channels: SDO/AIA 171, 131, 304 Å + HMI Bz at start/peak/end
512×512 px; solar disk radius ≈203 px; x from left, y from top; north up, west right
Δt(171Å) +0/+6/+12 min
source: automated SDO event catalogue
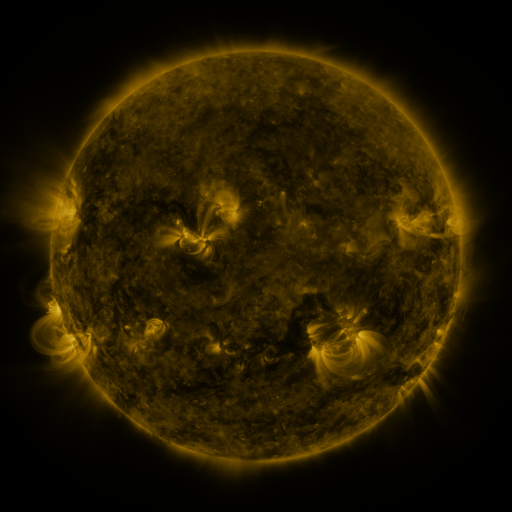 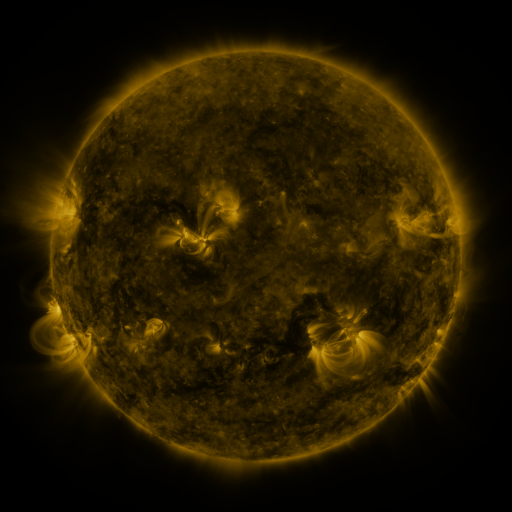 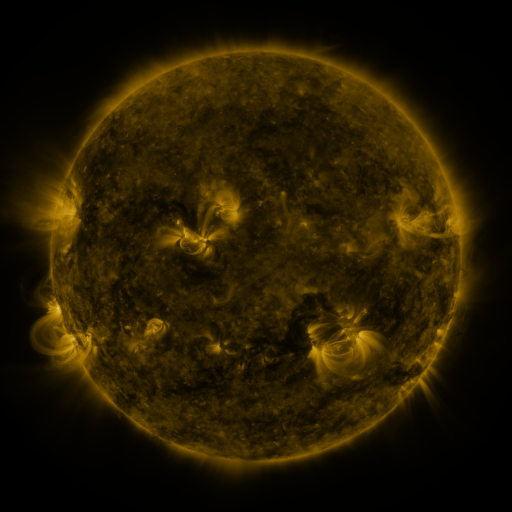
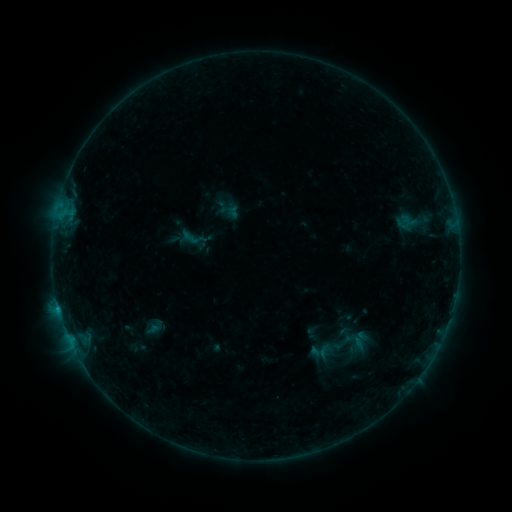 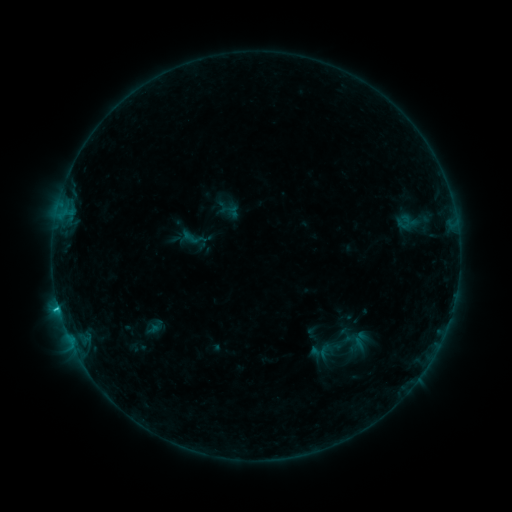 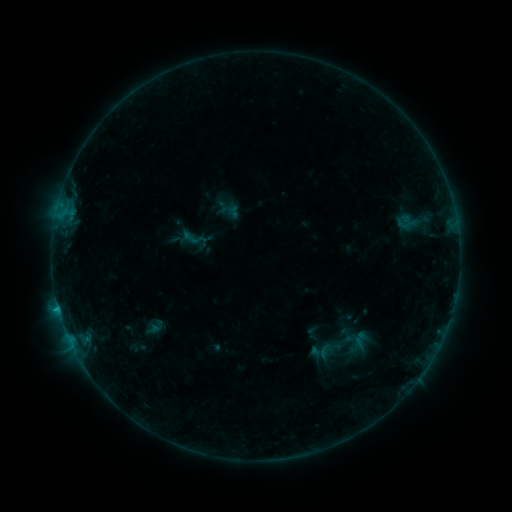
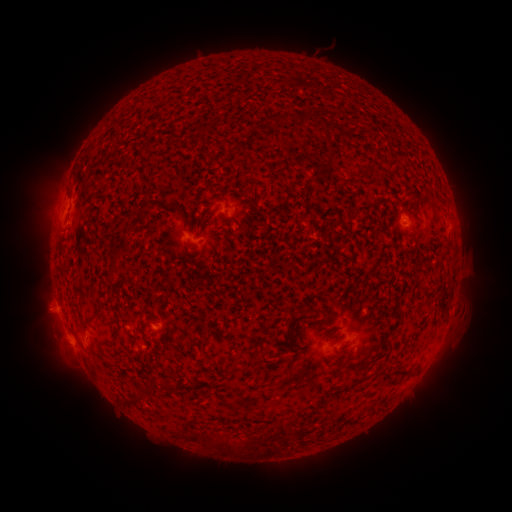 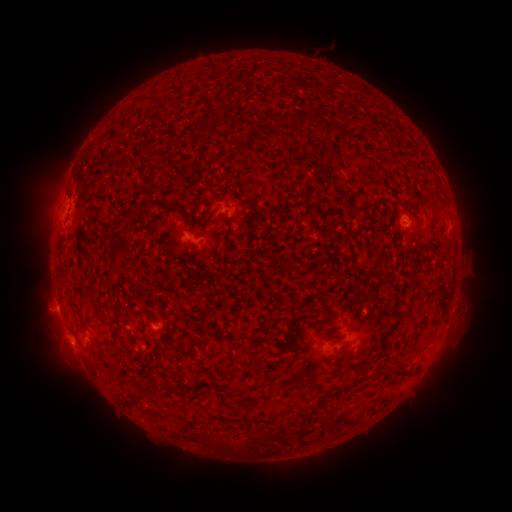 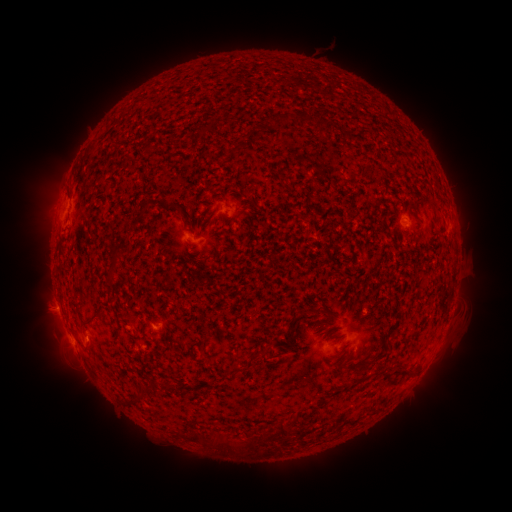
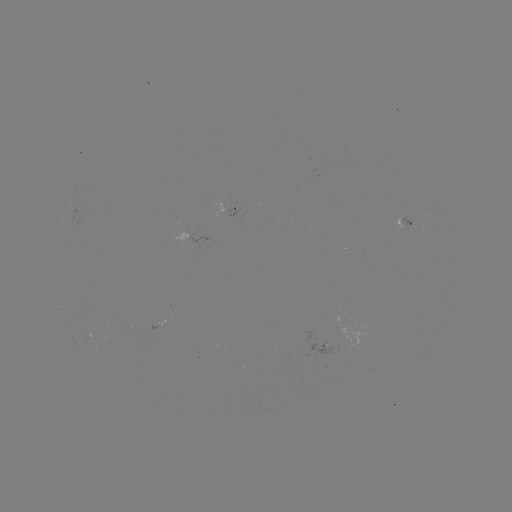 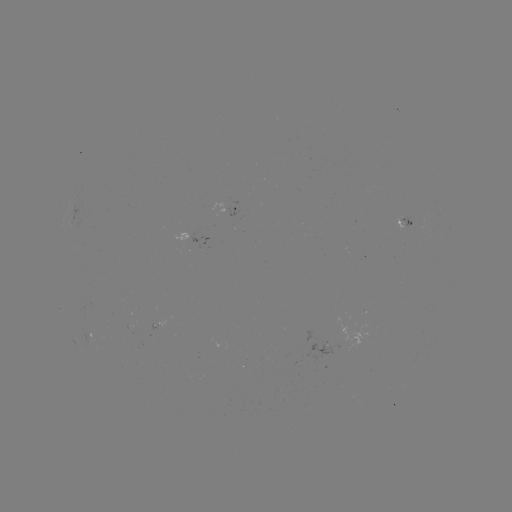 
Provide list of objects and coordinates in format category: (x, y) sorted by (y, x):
B7.6 flare: (58, 305)
